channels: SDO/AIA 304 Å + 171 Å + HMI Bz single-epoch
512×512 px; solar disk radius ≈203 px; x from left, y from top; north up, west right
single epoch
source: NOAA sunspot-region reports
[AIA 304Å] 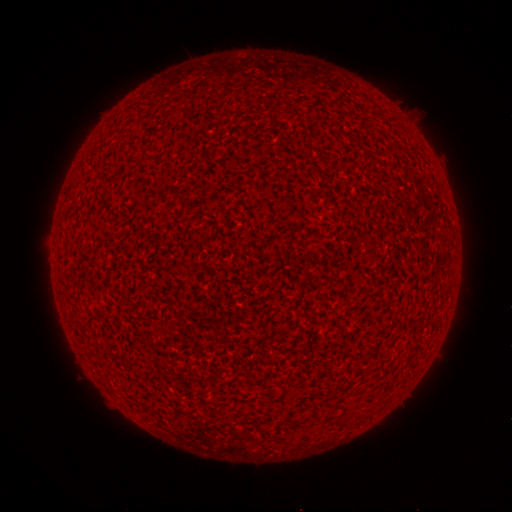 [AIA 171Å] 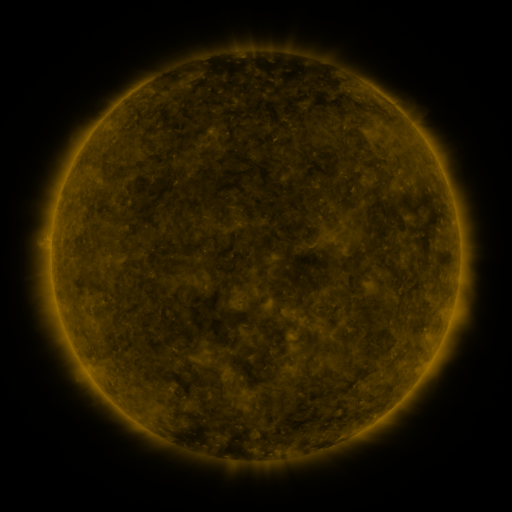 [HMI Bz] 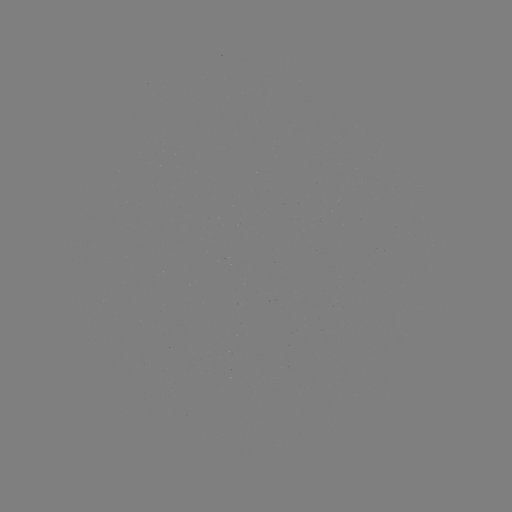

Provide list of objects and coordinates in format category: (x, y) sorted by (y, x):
(none)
